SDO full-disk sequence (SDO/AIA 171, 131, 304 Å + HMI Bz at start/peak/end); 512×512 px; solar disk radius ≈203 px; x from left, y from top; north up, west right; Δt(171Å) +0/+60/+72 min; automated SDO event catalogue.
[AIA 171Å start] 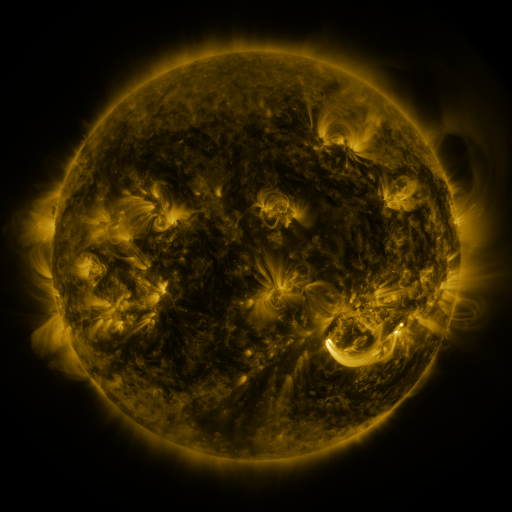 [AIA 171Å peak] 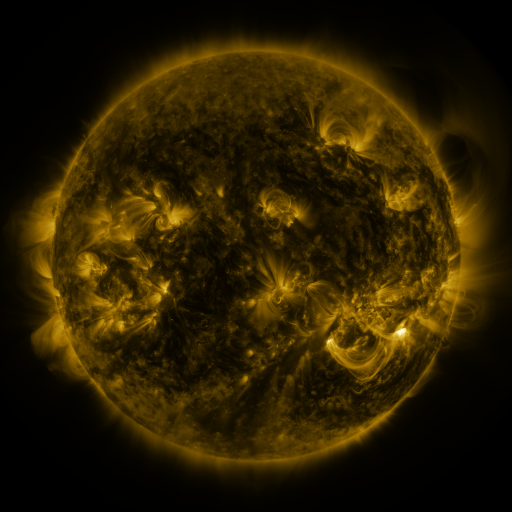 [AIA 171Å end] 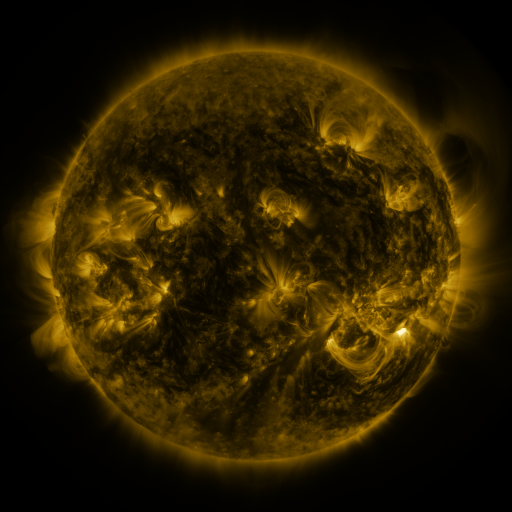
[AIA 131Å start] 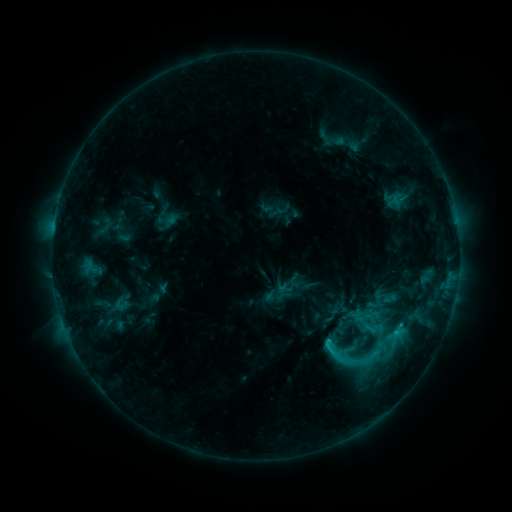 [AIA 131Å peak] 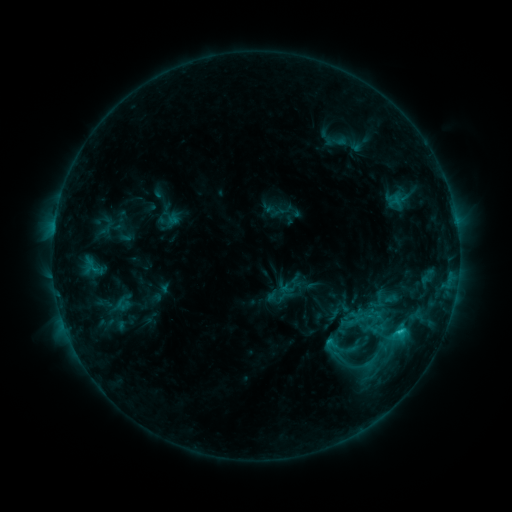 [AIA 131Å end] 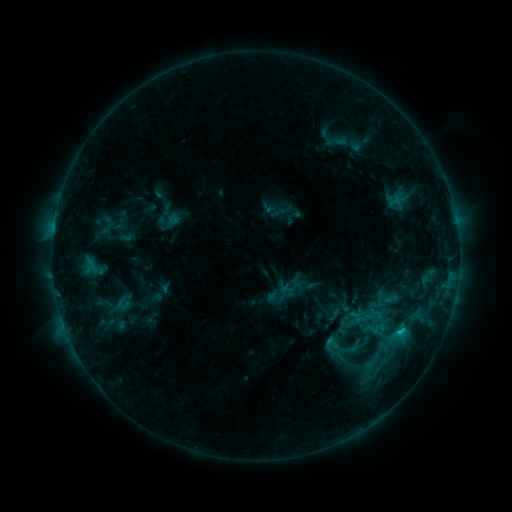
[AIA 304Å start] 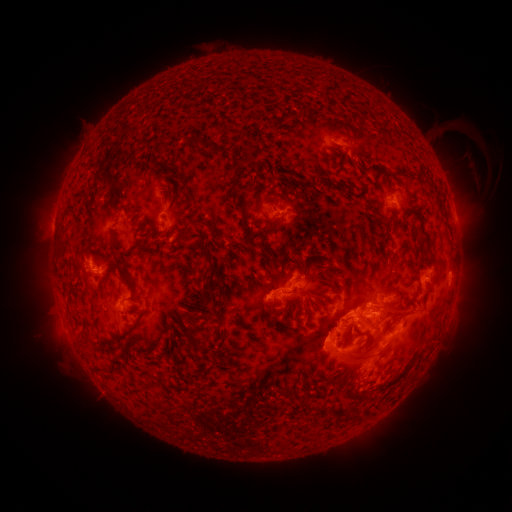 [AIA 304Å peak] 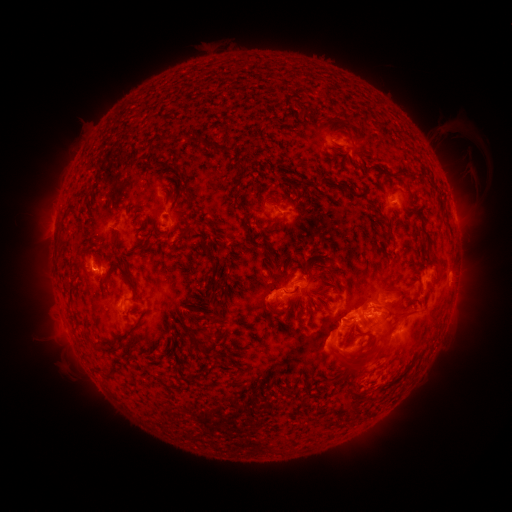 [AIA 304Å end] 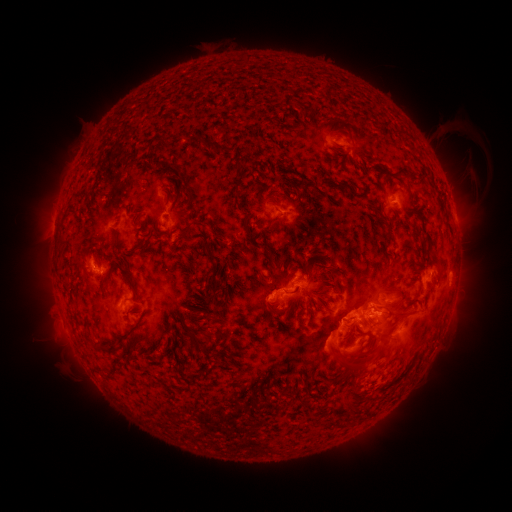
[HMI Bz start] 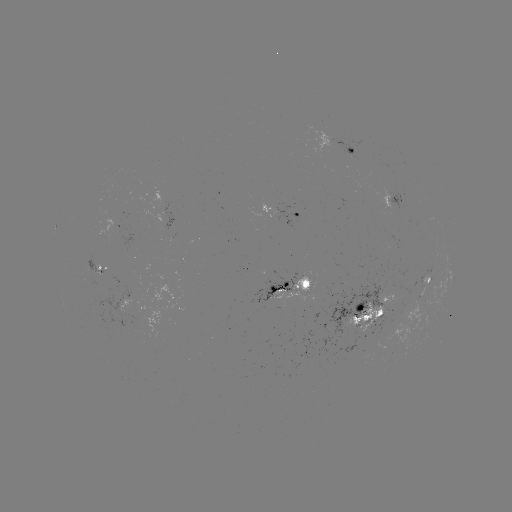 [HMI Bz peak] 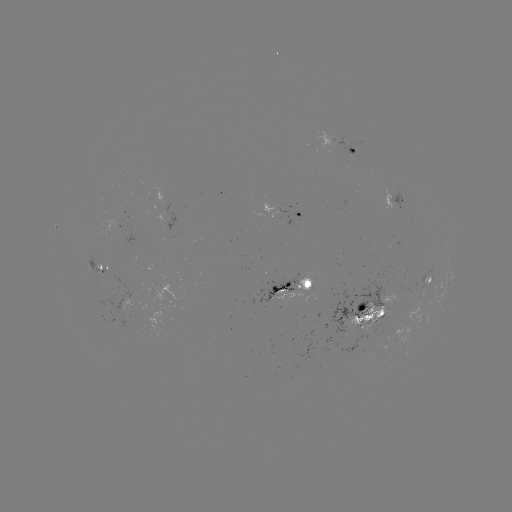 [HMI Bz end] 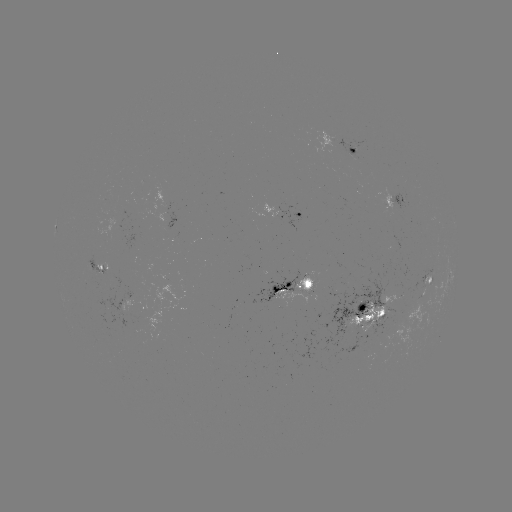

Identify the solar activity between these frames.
emerging-flux region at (353, 156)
